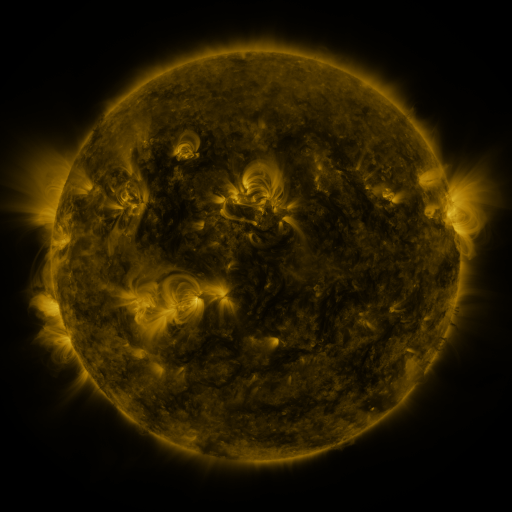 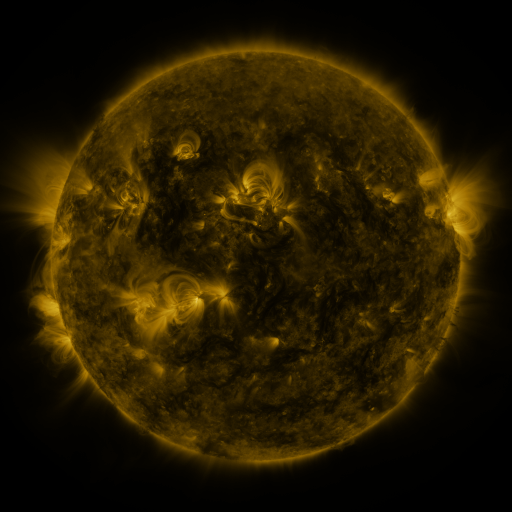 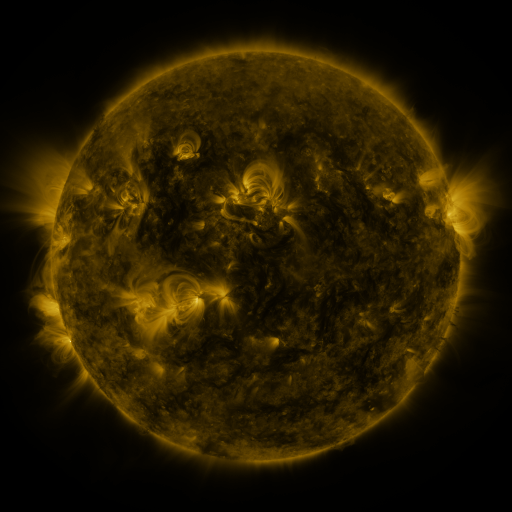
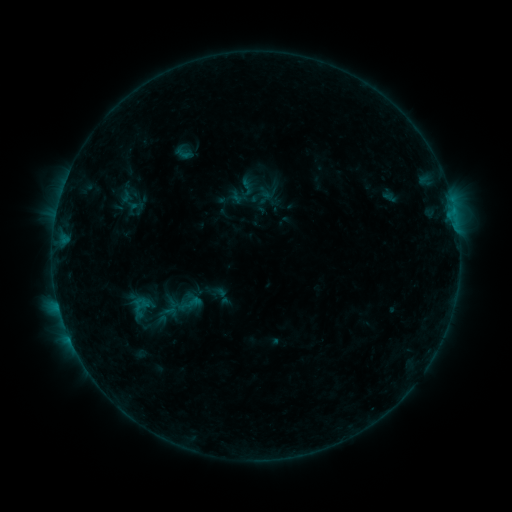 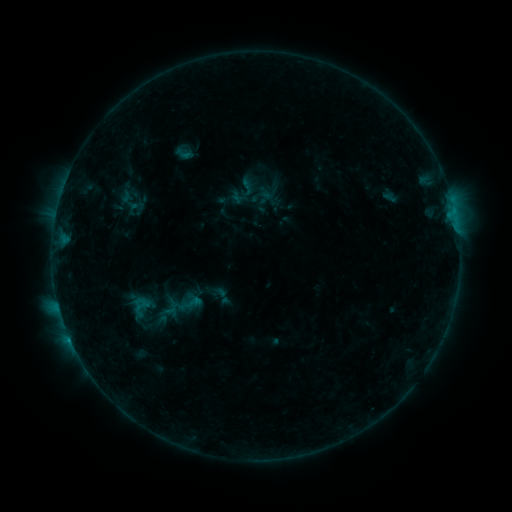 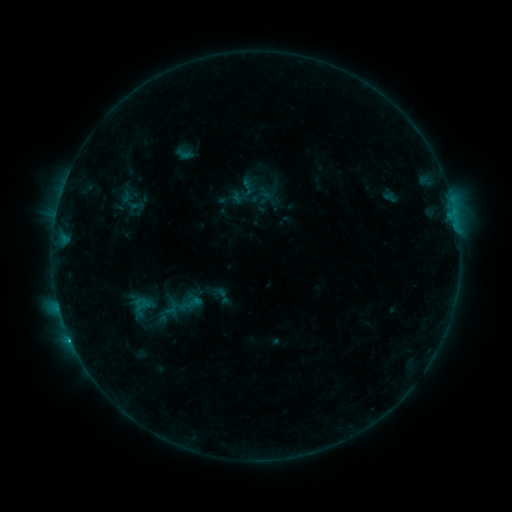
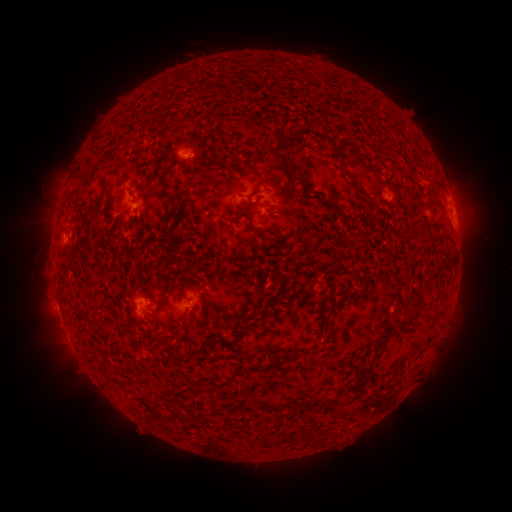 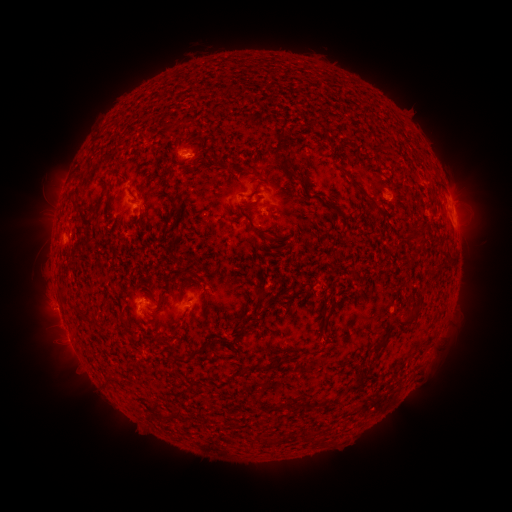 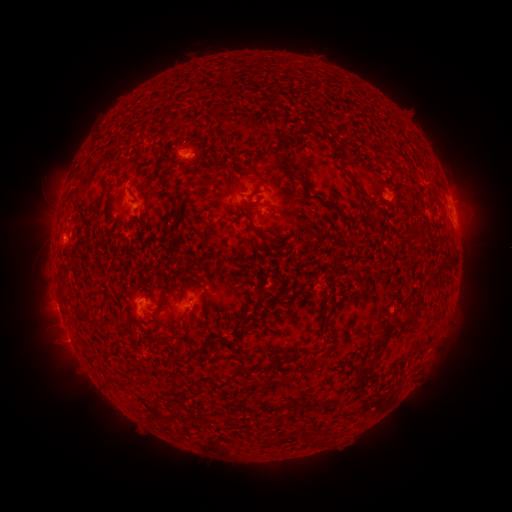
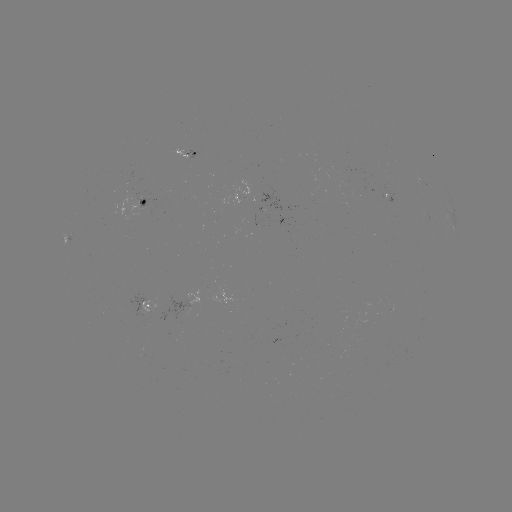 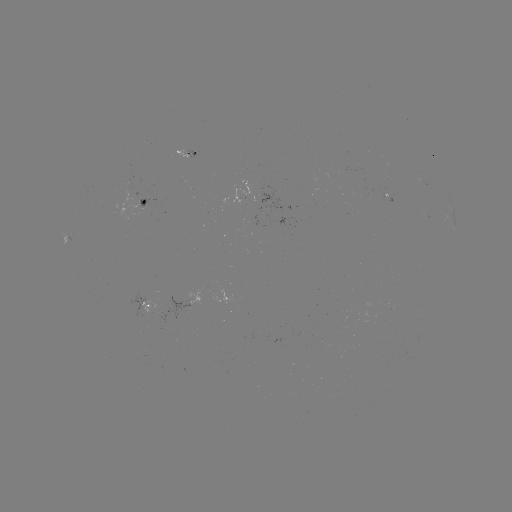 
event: flare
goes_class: B7.1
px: (70, 338)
